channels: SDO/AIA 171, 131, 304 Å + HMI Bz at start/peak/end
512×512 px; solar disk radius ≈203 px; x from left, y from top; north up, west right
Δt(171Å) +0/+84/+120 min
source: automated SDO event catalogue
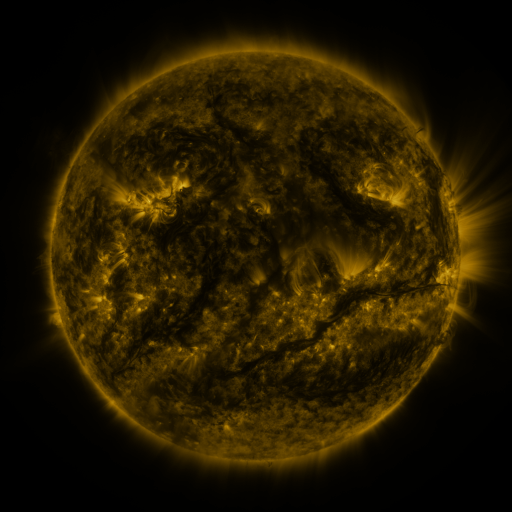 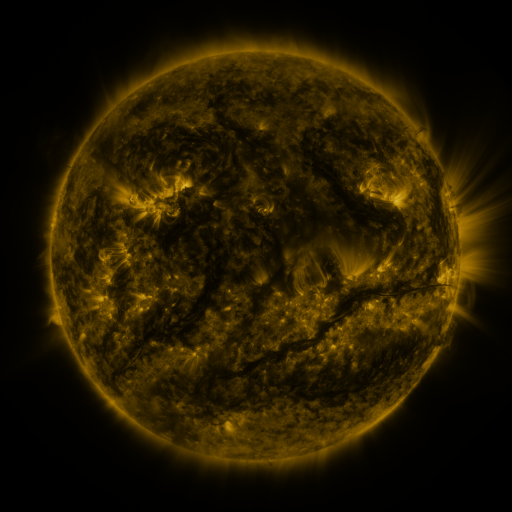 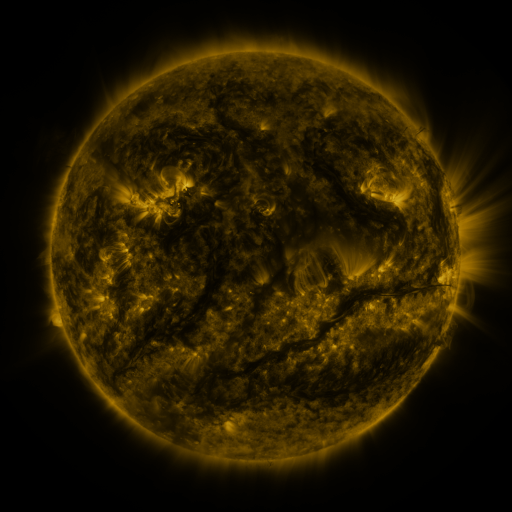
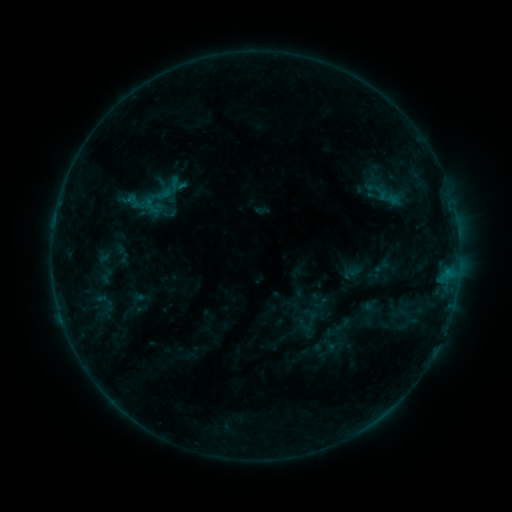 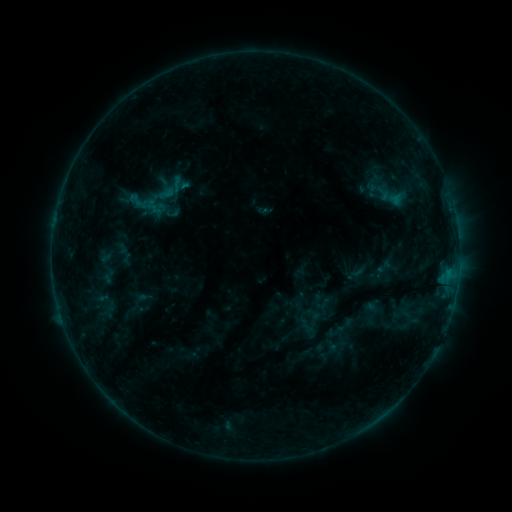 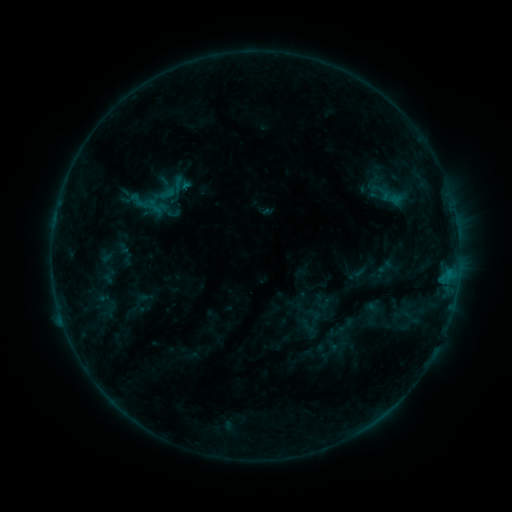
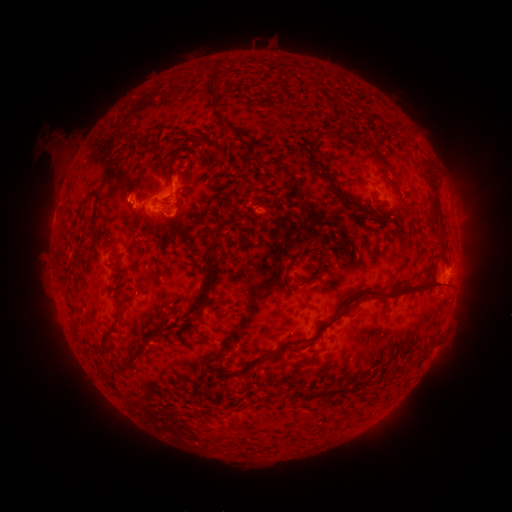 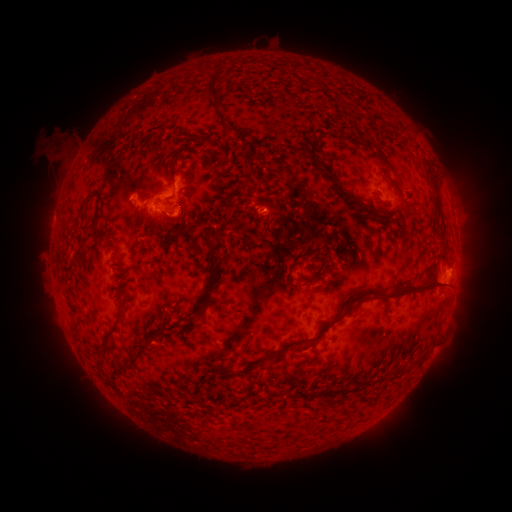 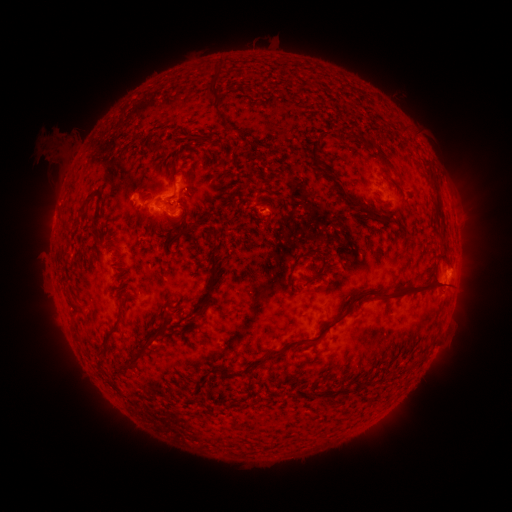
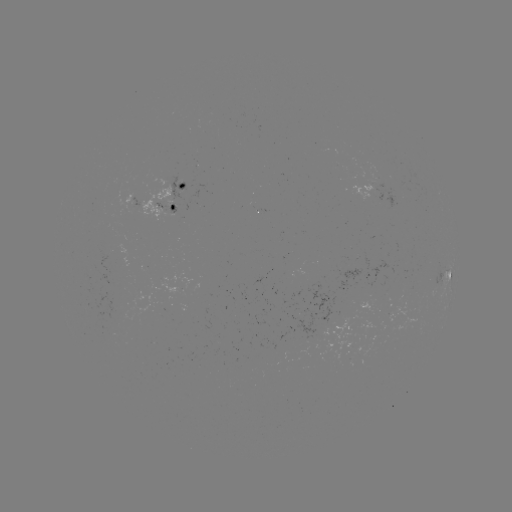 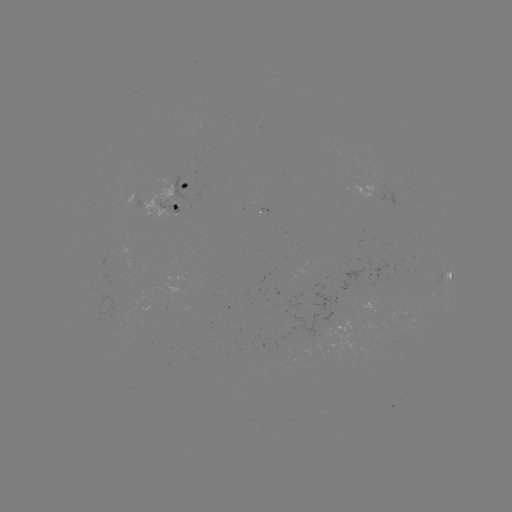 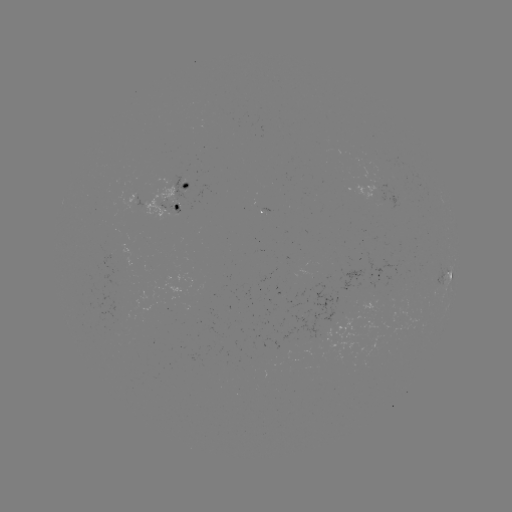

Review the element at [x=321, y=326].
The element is emerging-flux region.